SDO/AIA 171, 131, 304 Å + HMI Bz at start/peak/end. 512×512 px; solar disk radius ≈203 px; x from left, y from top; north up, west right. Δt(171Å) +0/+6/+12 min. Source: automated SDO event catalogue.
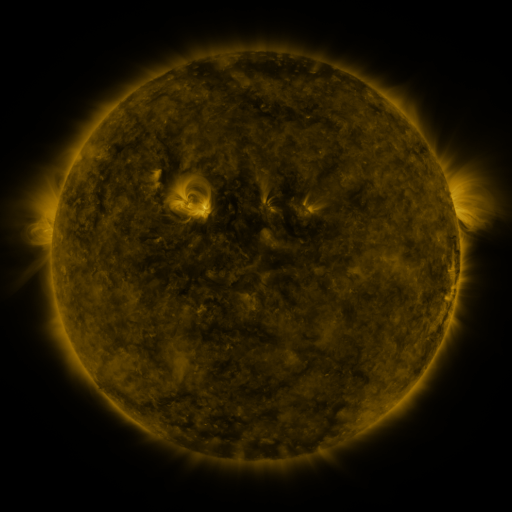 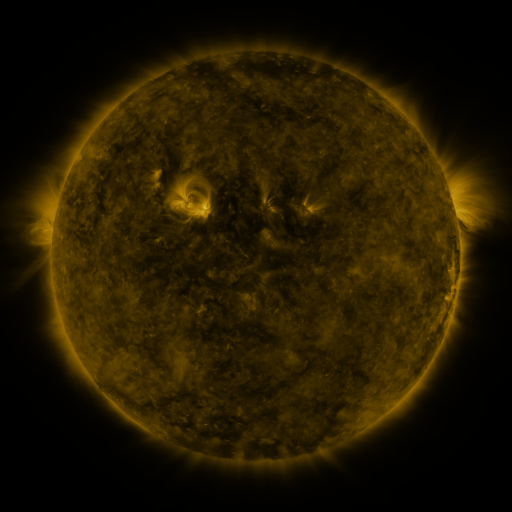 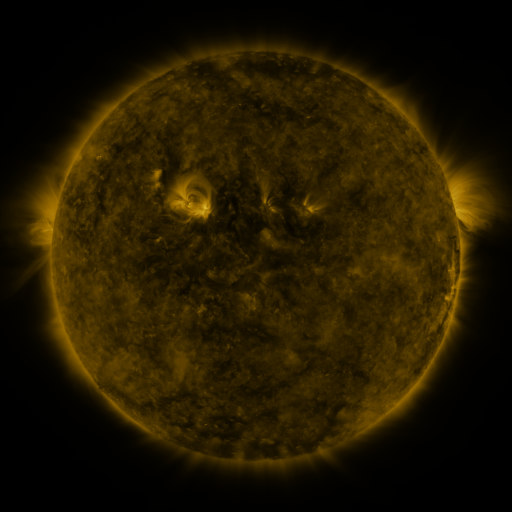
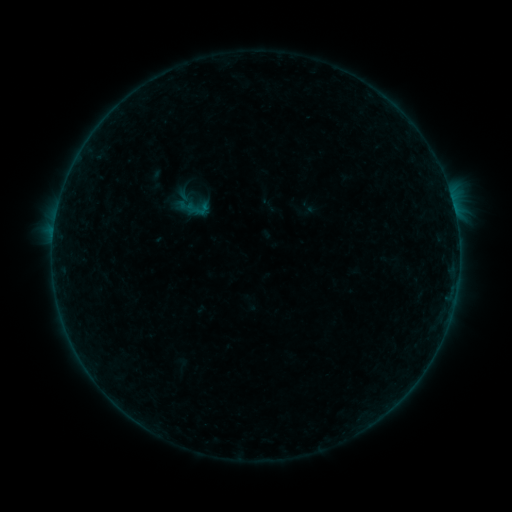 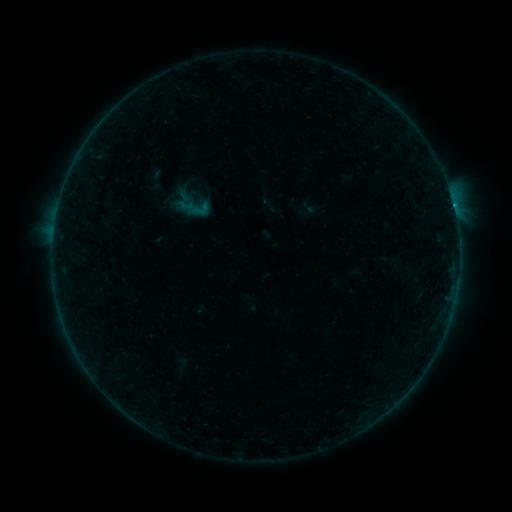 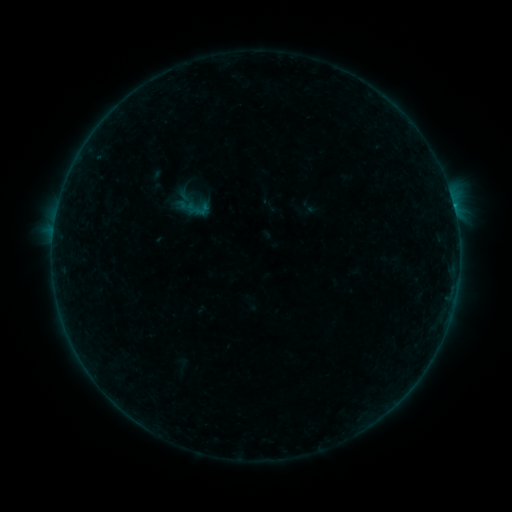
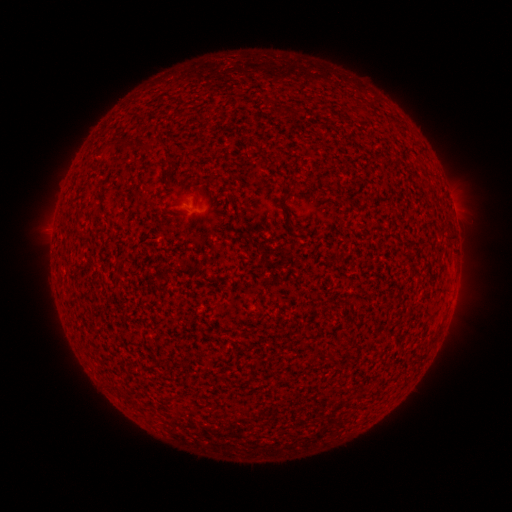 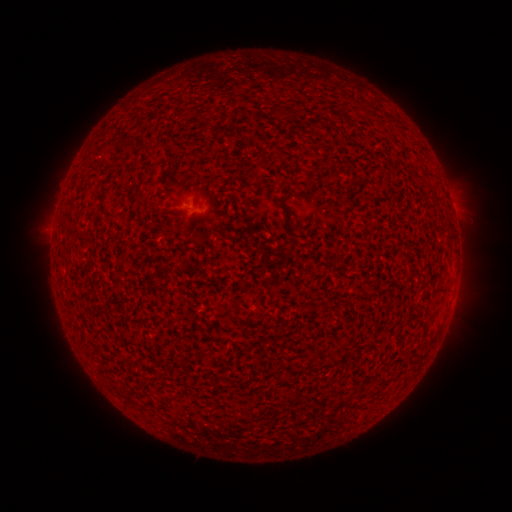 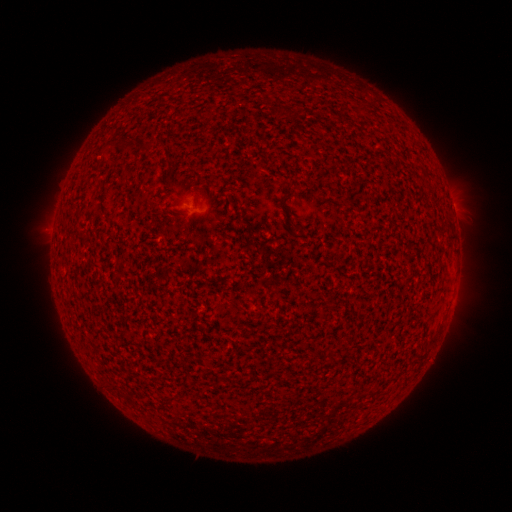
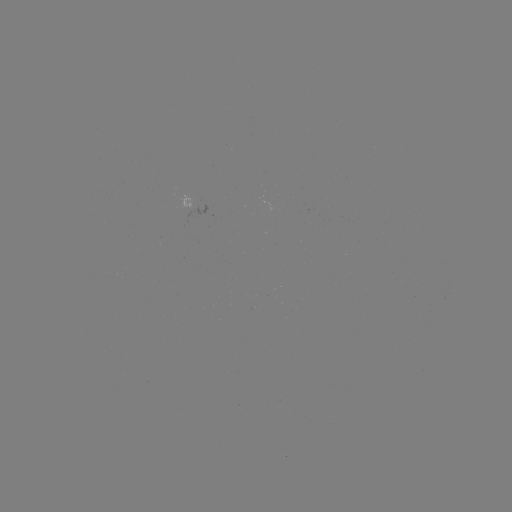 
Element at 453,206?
B4.3 flare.